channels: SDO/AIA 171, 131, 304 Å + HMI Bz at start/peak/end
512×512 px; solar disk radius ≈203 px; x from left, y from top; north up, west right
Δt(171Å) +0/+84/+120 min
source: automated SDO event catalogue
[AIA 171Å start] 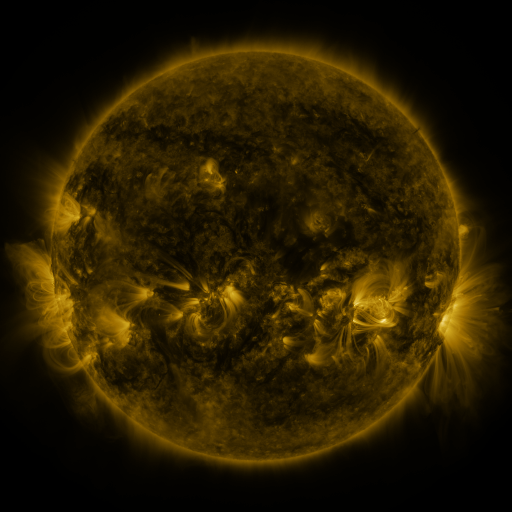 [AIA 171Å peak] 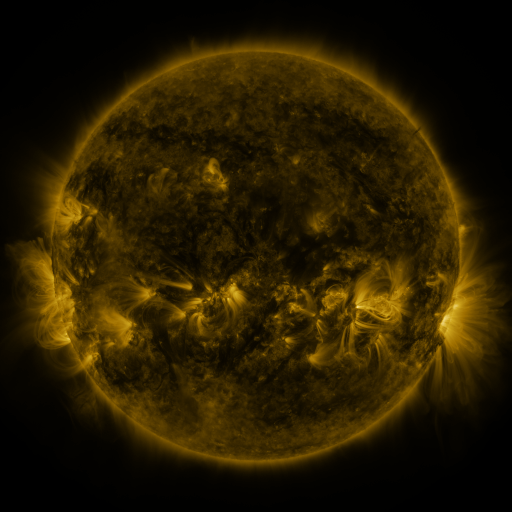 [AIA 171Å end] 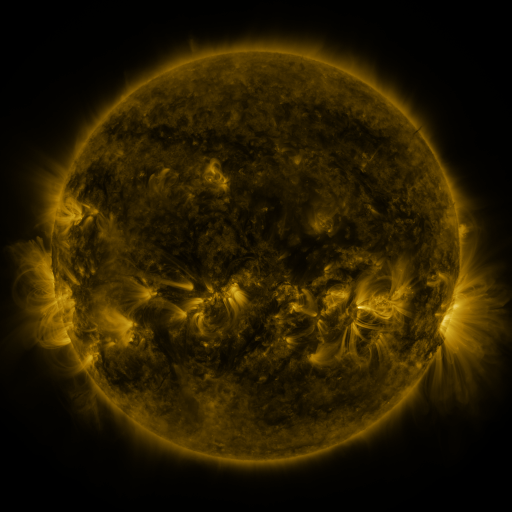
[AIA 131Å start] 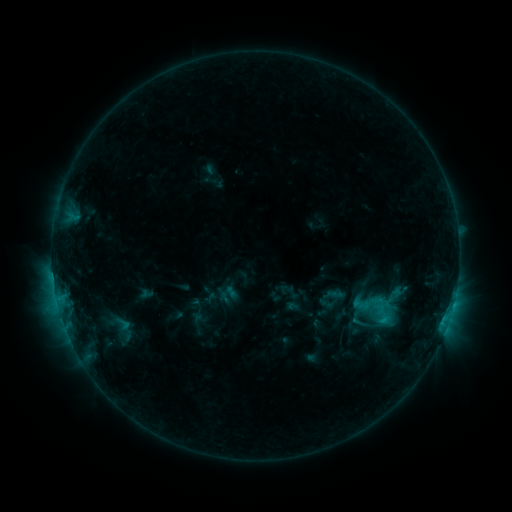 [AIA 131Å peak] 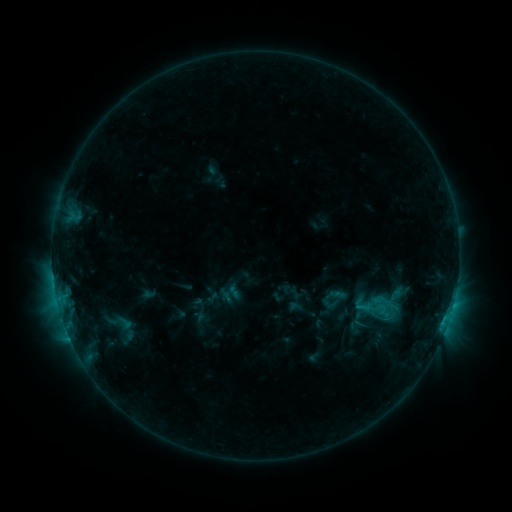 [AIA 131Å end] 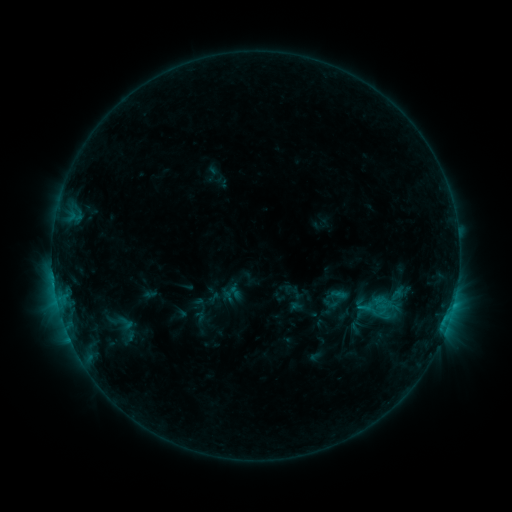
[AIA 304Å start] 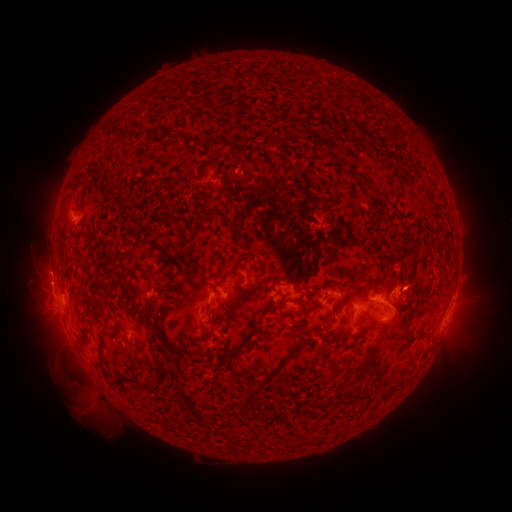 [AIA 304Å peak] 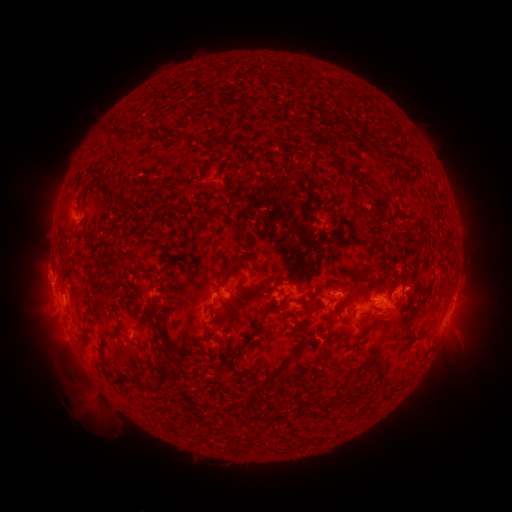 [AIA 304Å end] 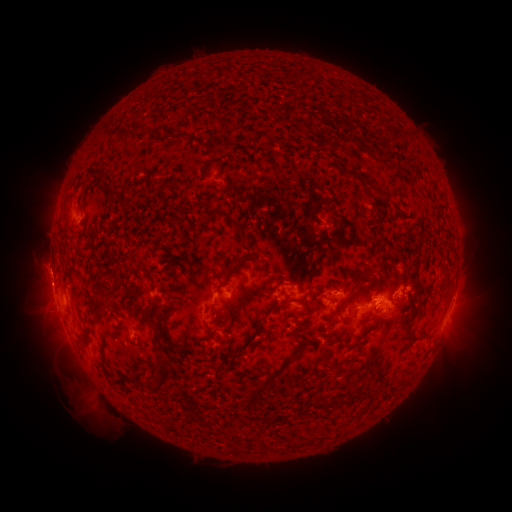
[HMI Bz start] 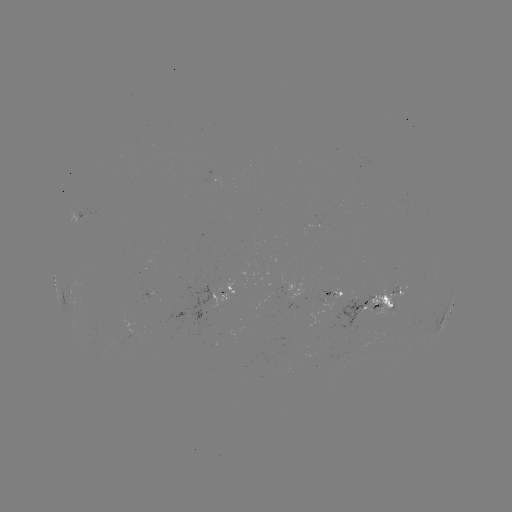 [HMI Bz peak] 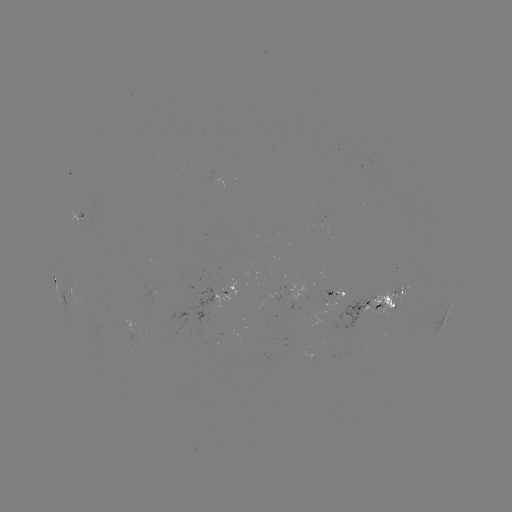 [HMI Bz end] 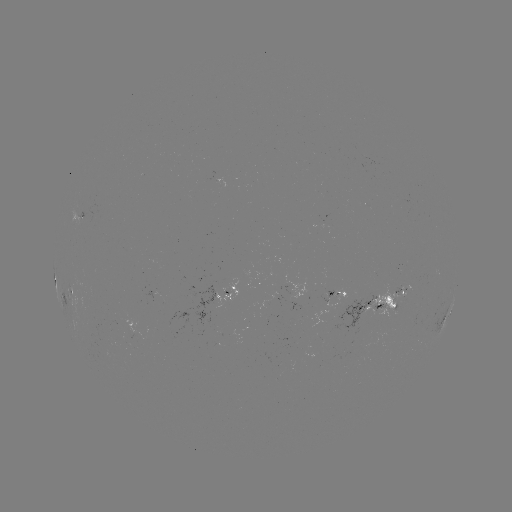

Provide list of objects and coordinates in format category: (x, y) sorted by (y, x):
emerging-flux region: (323, 222)
